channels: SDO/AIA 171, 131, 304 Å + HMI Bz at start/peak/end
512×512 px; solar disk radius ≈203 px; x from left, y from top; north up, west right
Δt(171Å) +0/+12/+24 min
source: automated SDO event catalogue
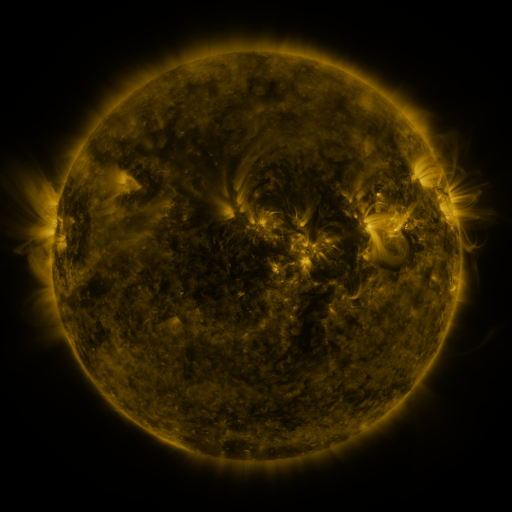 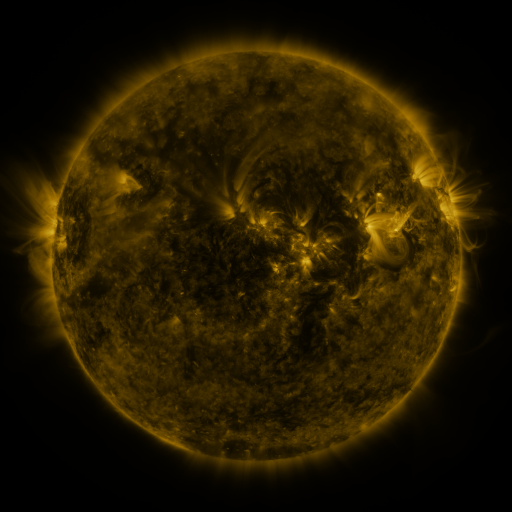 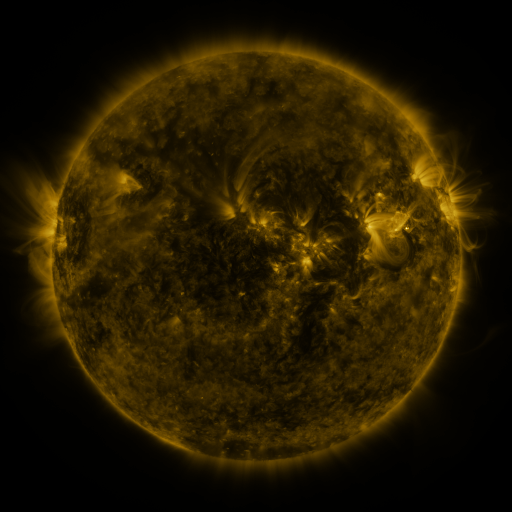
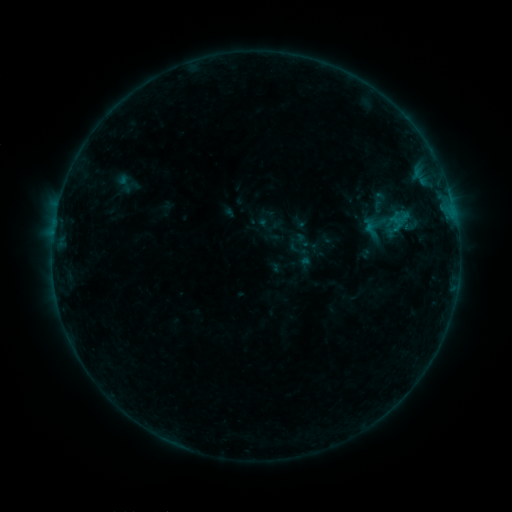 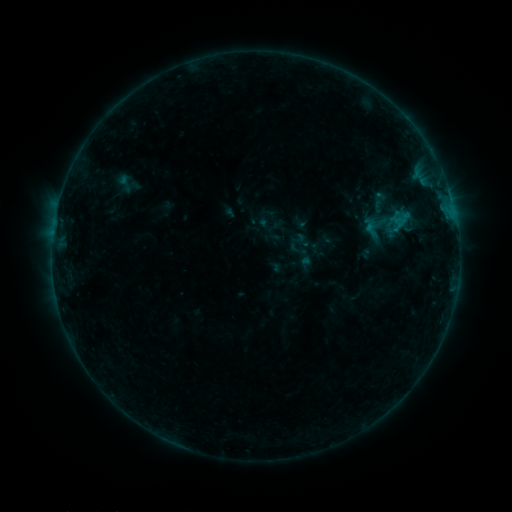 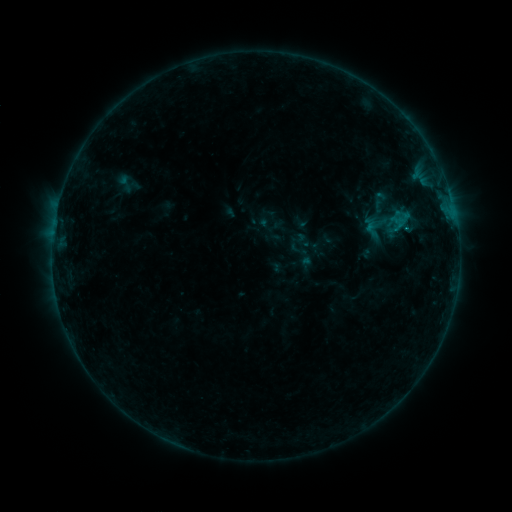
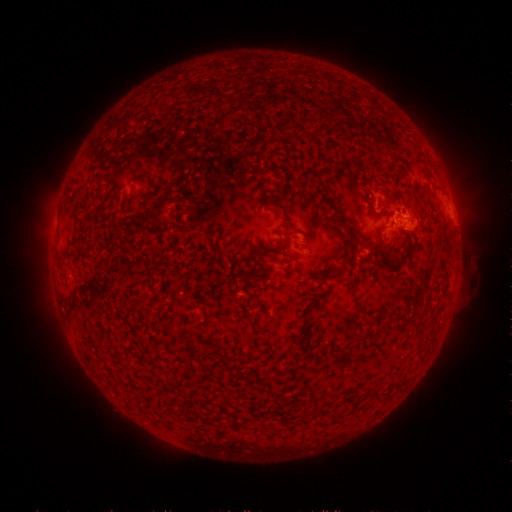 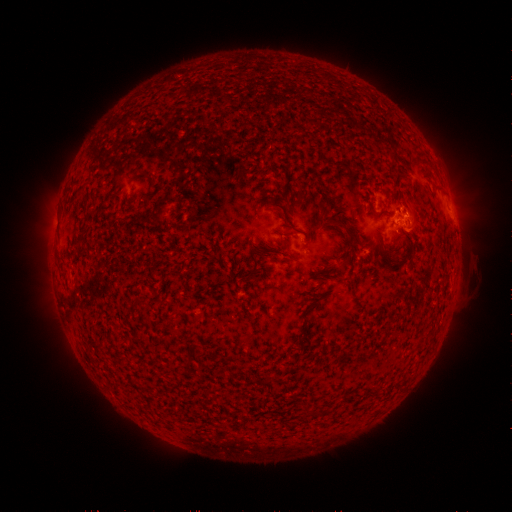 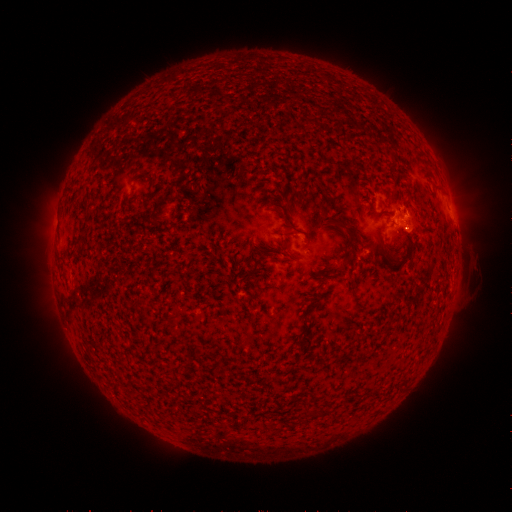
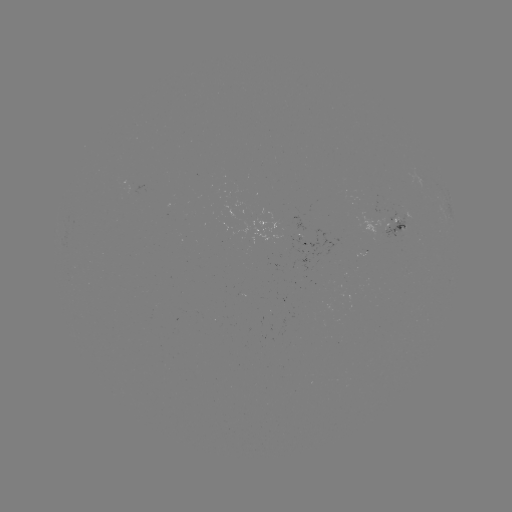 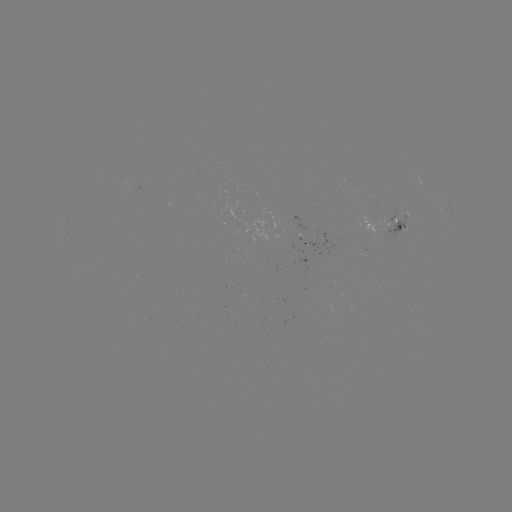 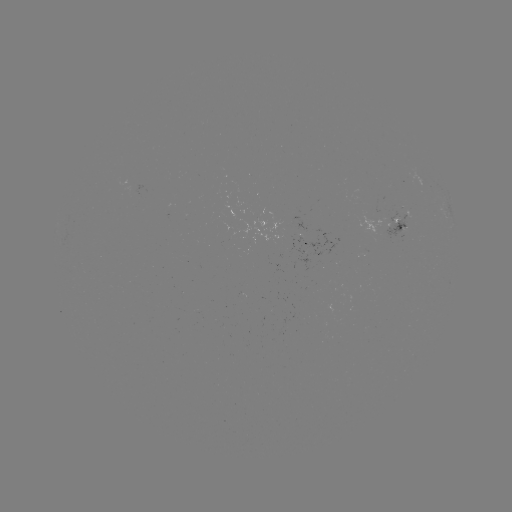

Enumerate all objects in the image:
B3.4 flare: (404, 215)
